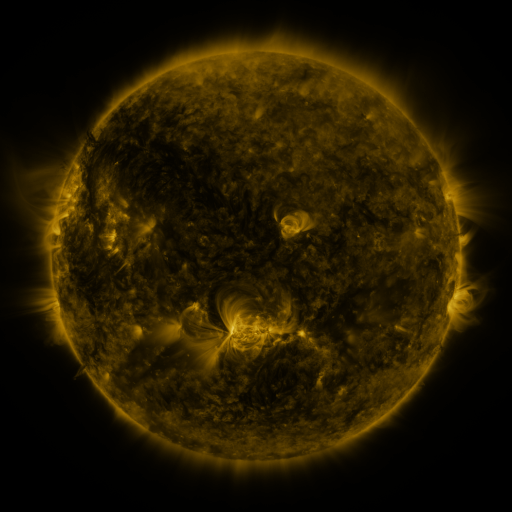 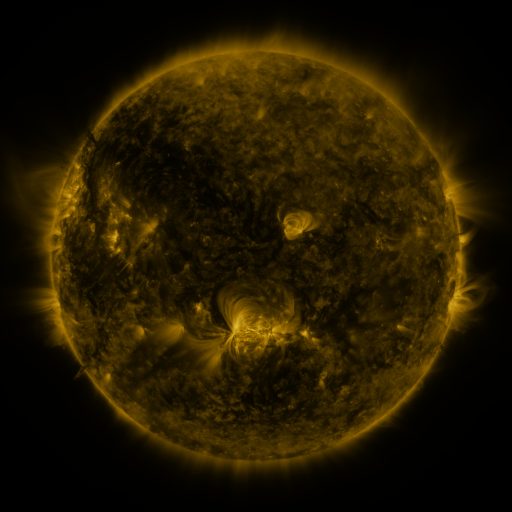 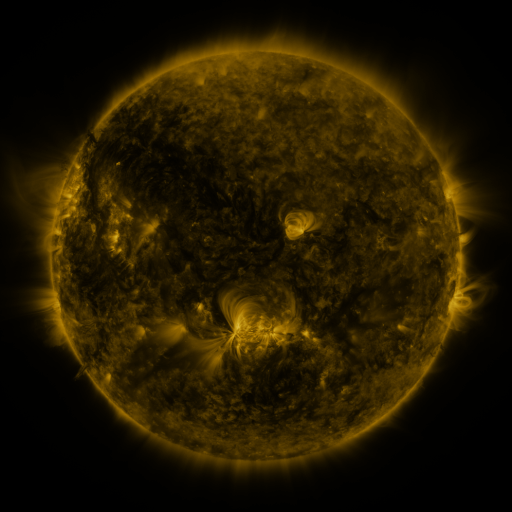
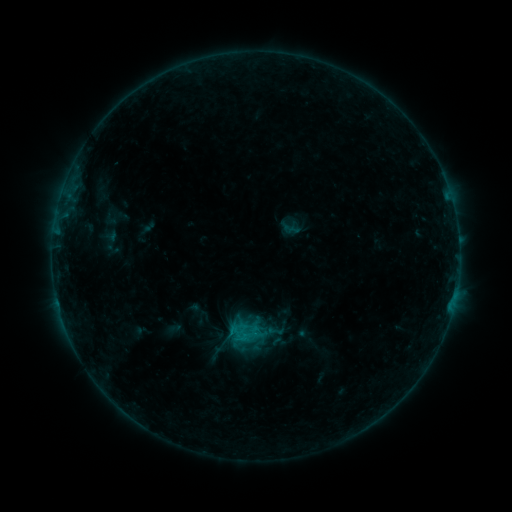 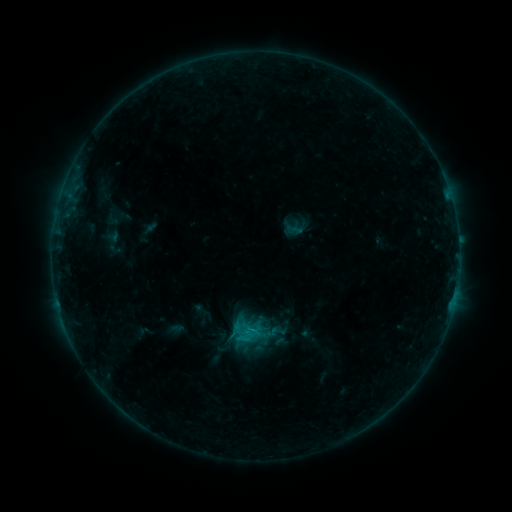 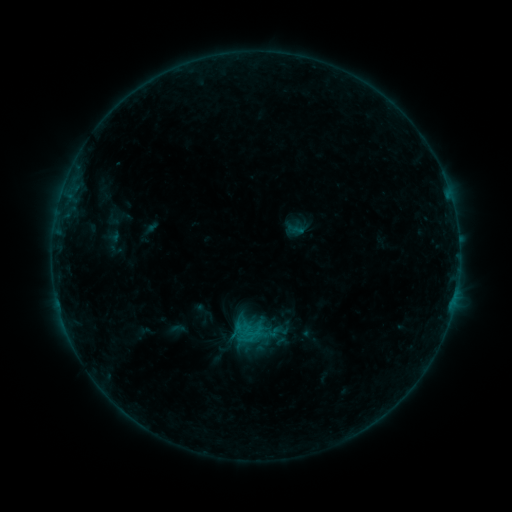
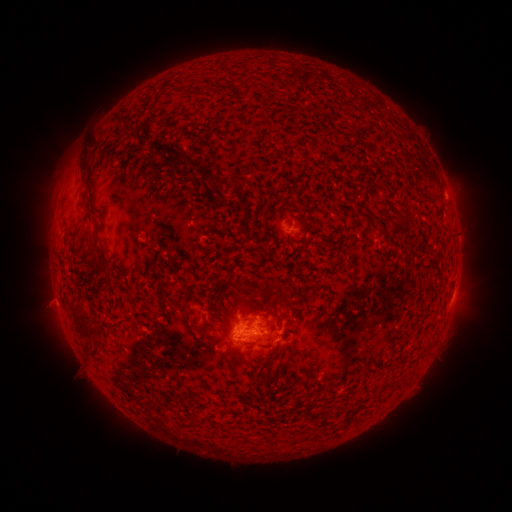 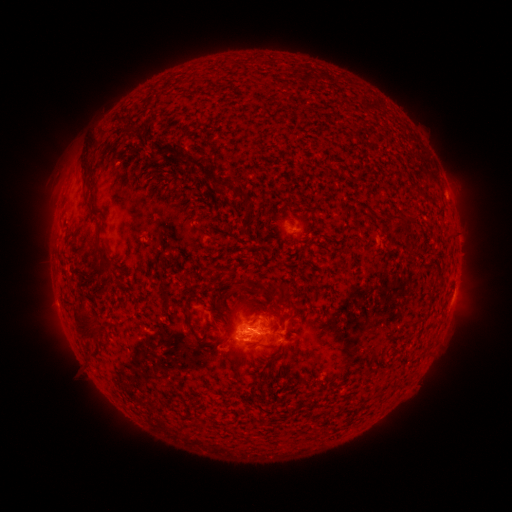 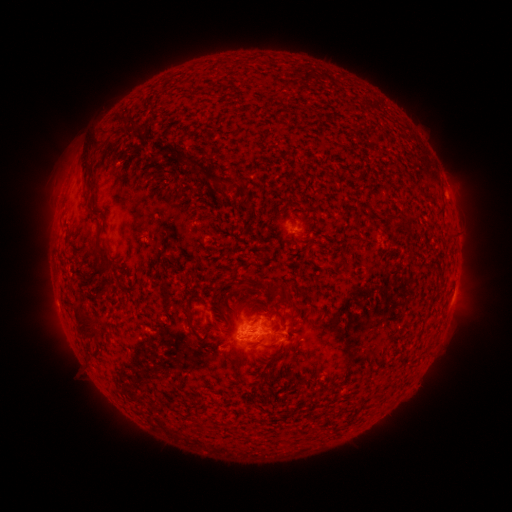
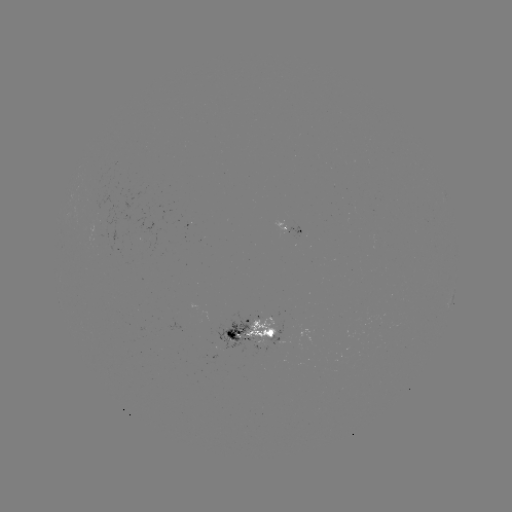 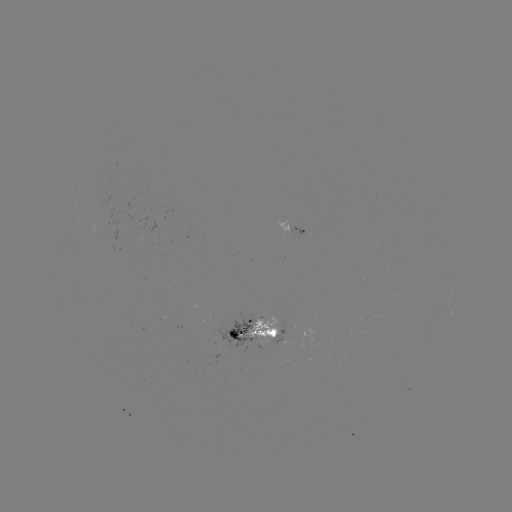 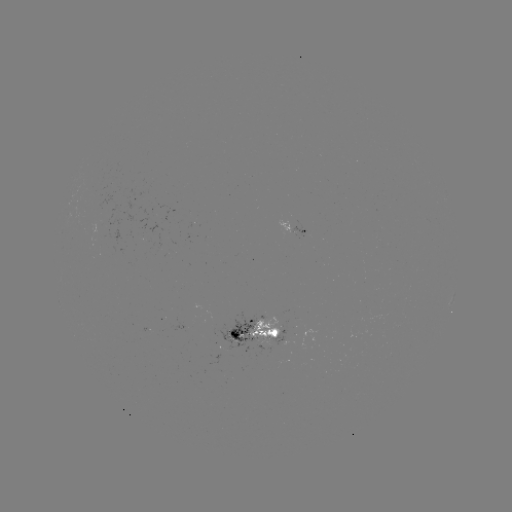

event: emerging-flux region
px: (147, 329)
